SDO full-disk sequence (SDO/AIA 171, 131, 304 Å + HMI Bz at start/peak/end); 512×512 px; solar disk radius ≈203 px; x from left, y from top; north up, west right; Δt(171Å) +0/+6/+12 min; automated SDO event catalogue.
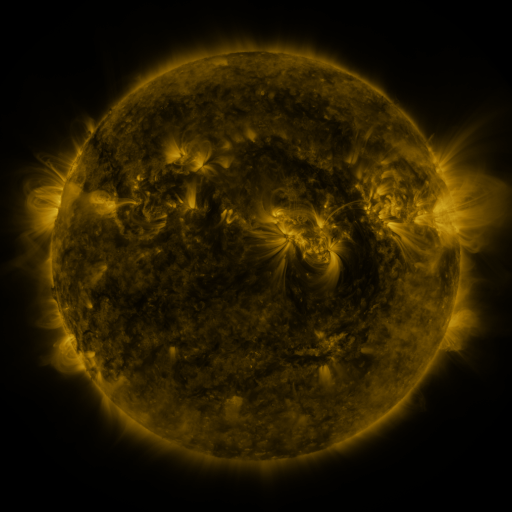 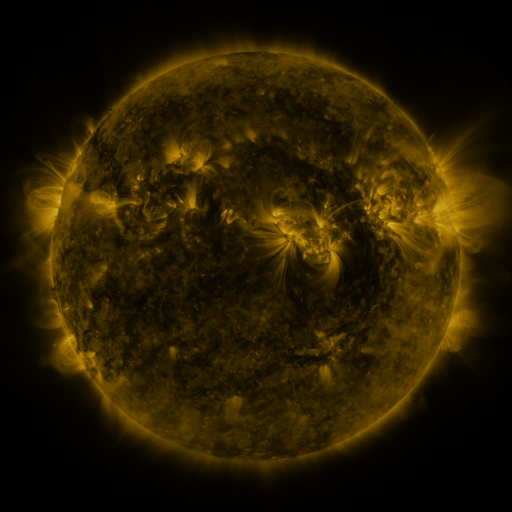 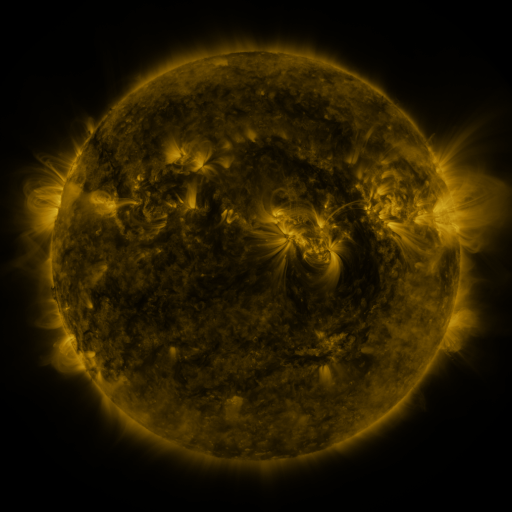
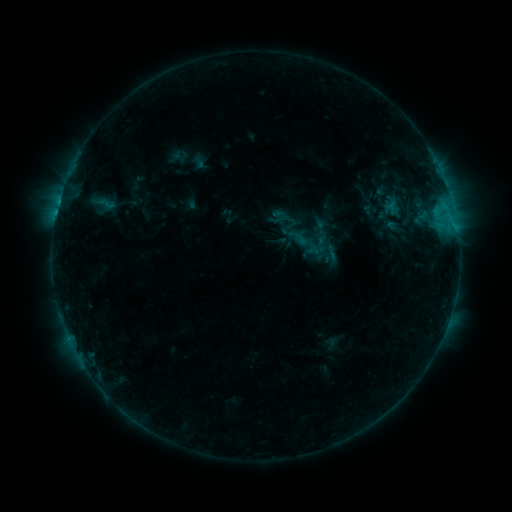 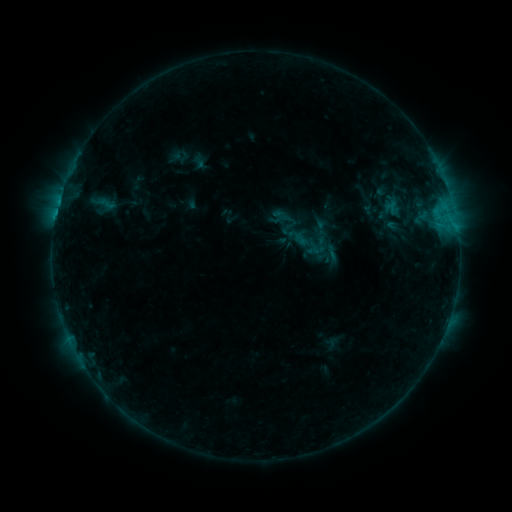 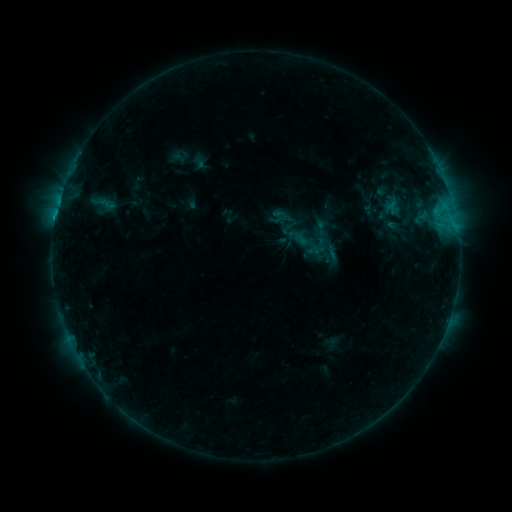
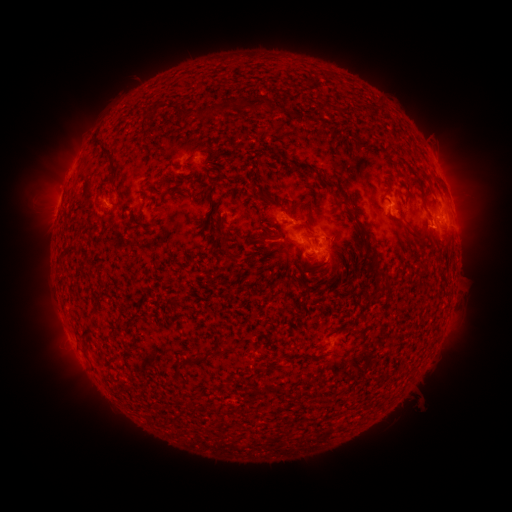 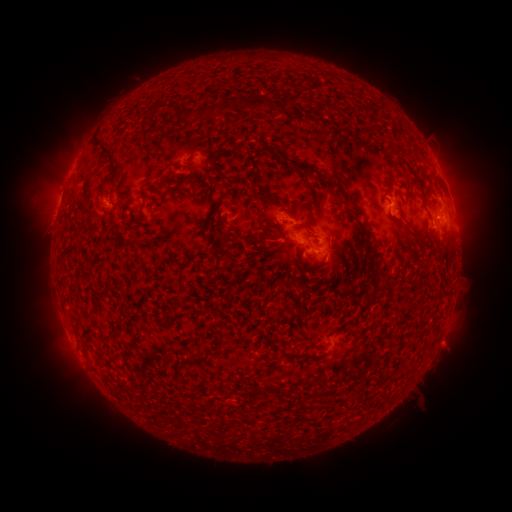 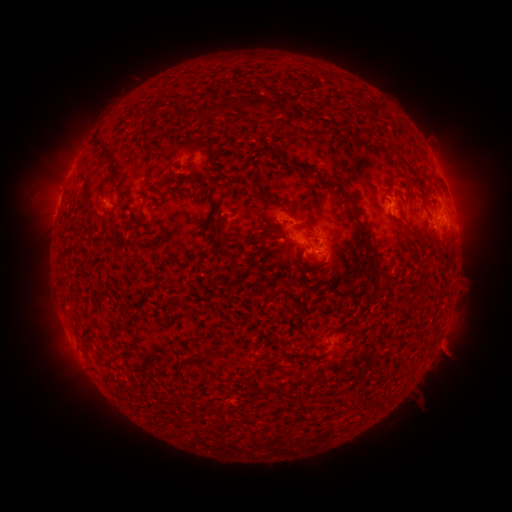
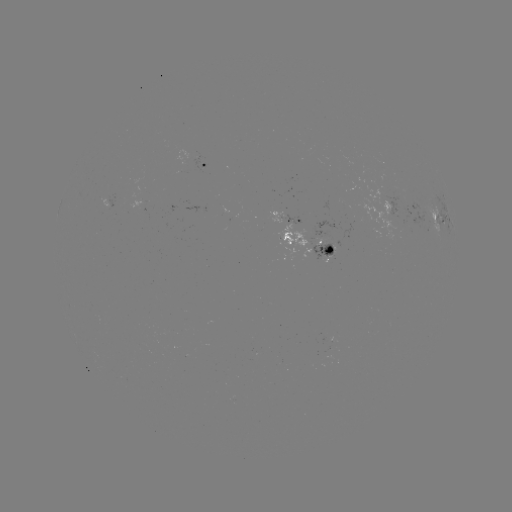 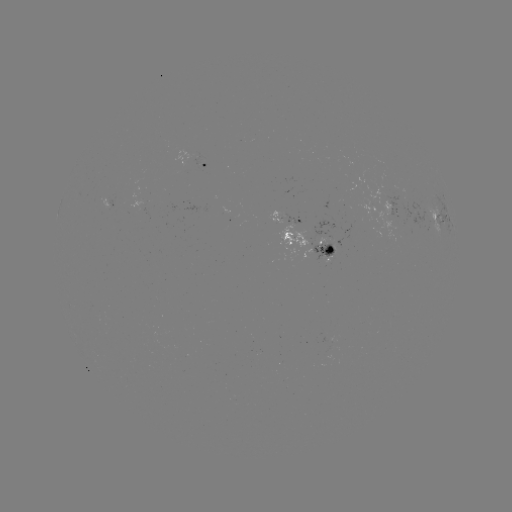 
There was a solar eruption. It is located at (448, 347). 